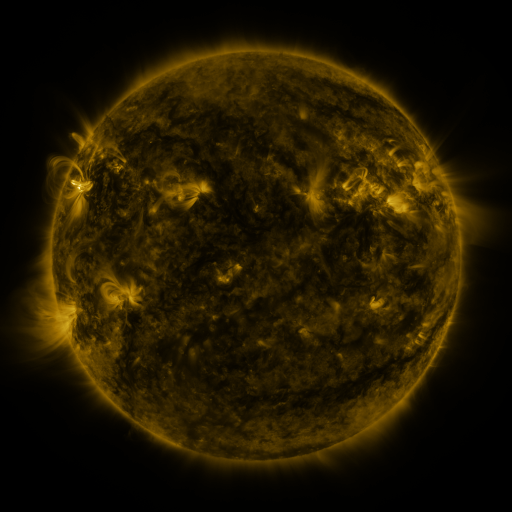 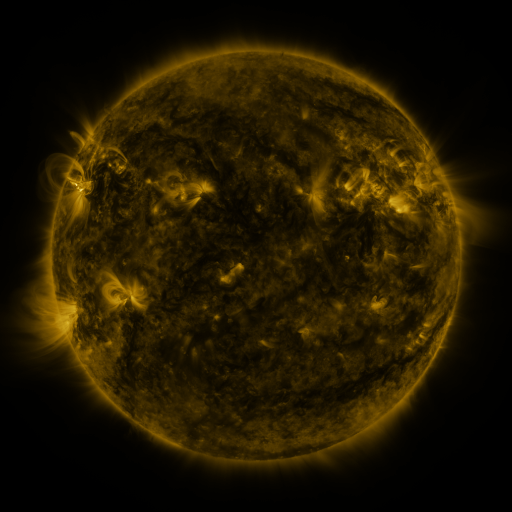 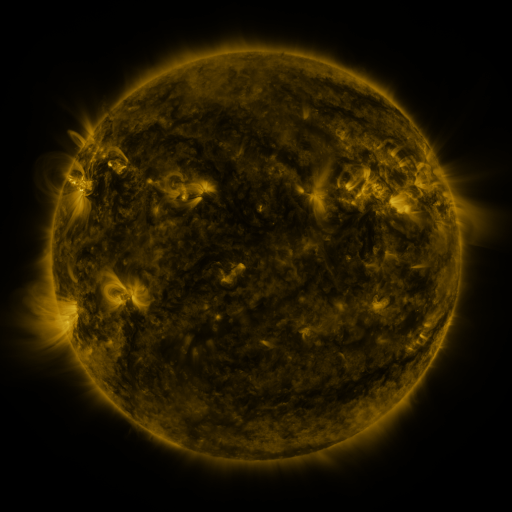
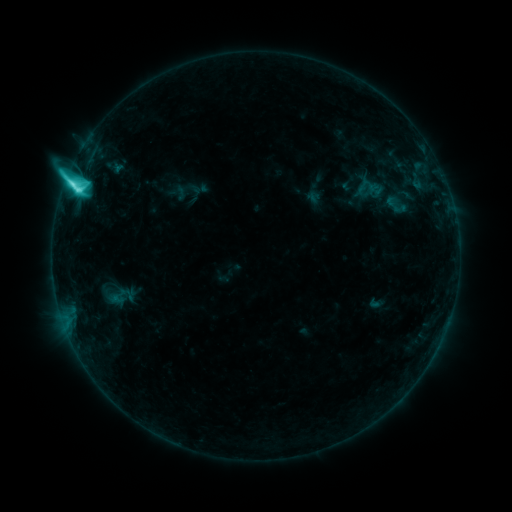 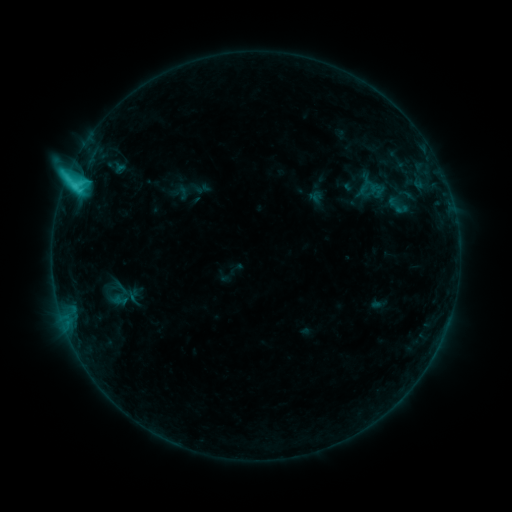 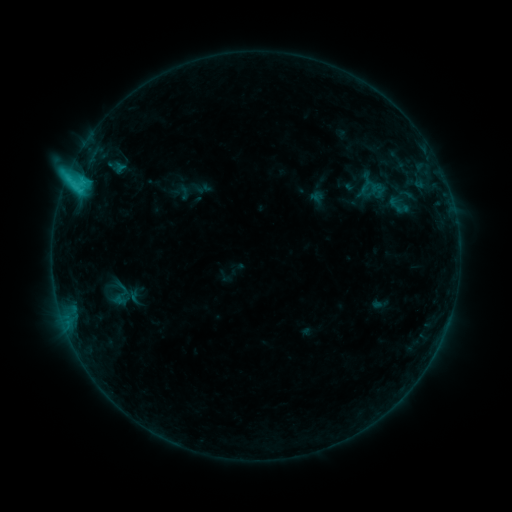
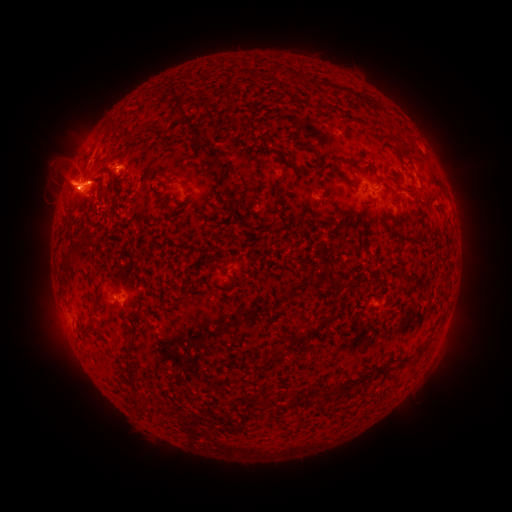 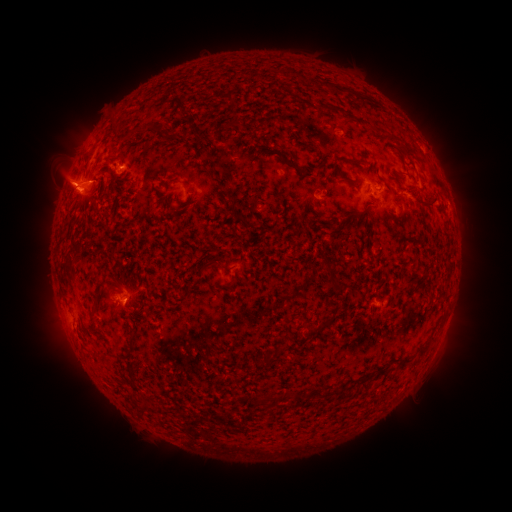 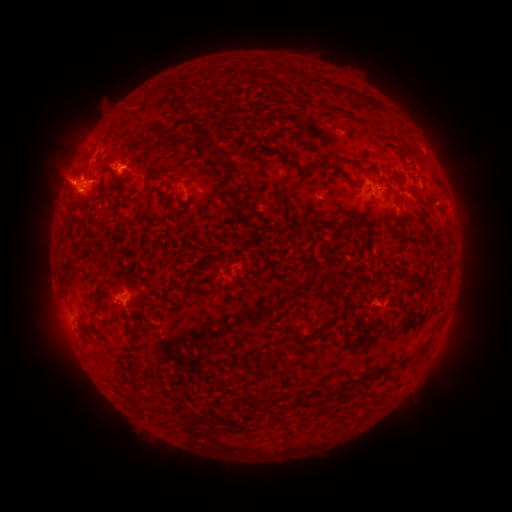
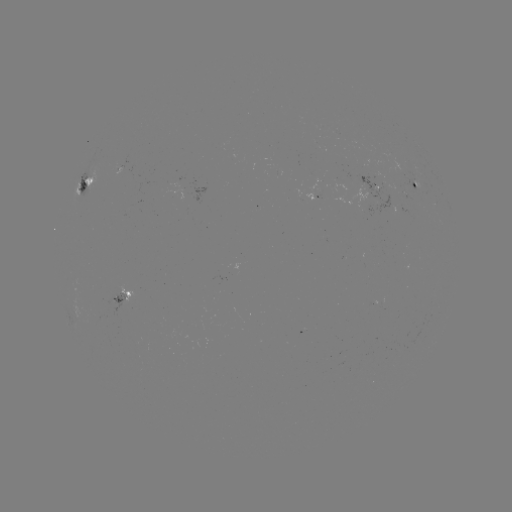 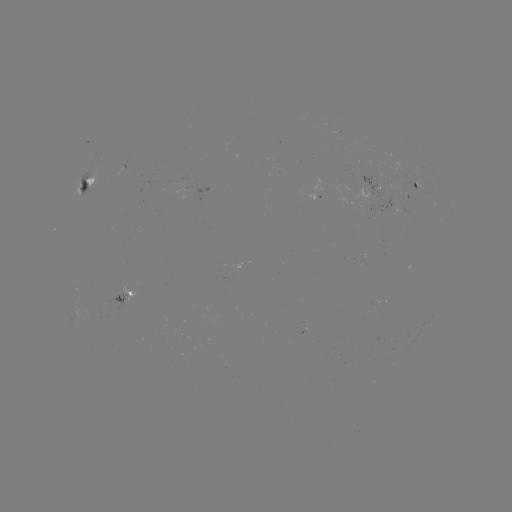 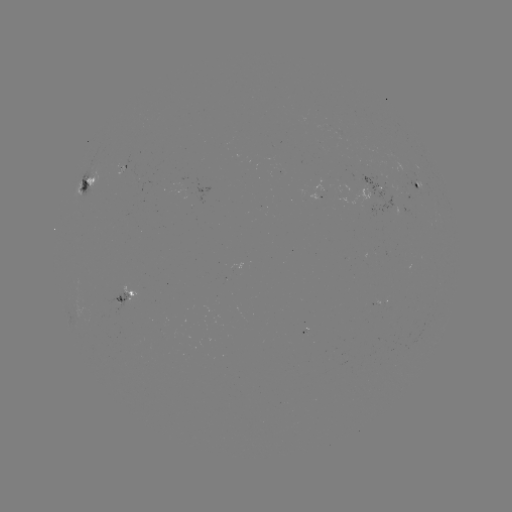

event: emerging-flux region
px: (181, 190)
